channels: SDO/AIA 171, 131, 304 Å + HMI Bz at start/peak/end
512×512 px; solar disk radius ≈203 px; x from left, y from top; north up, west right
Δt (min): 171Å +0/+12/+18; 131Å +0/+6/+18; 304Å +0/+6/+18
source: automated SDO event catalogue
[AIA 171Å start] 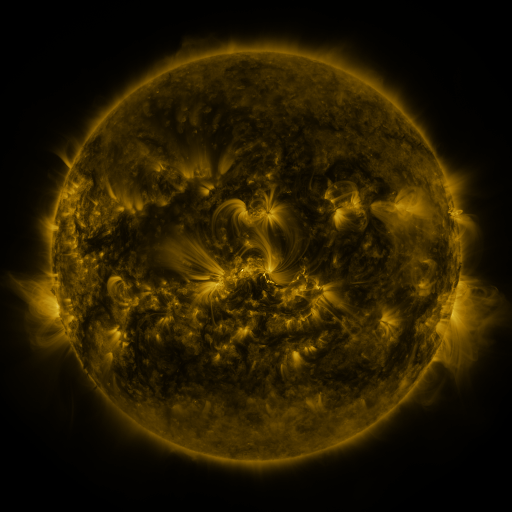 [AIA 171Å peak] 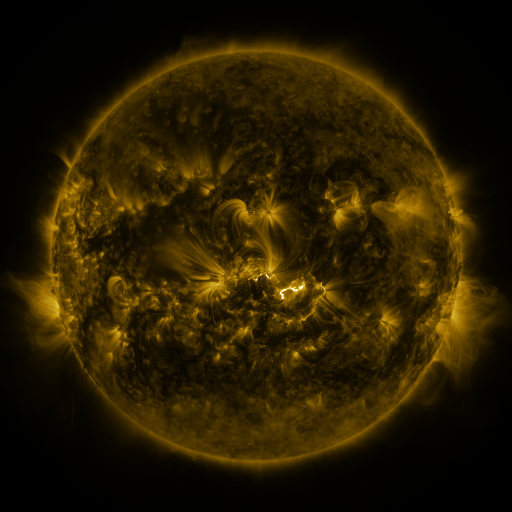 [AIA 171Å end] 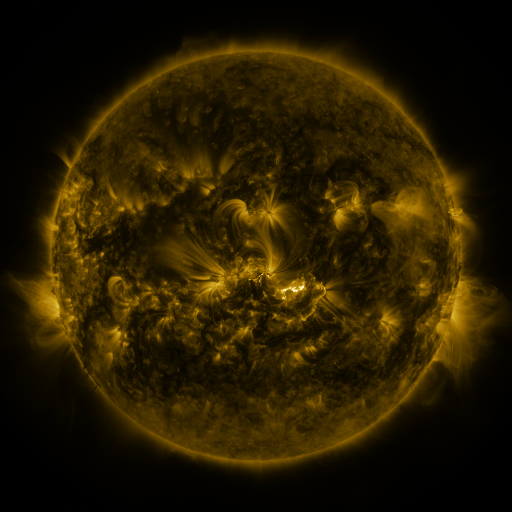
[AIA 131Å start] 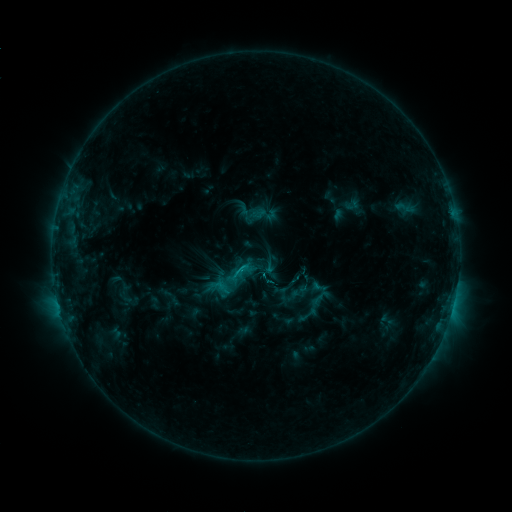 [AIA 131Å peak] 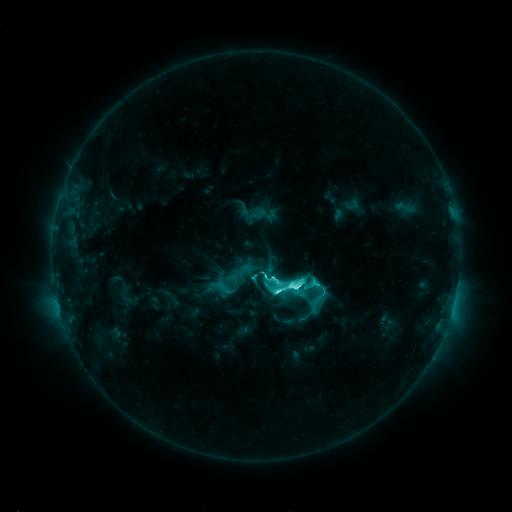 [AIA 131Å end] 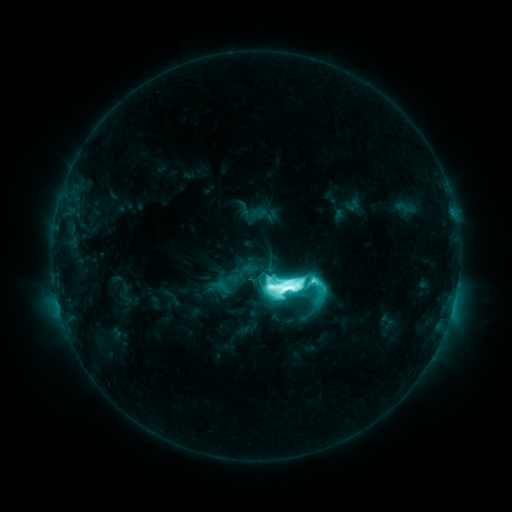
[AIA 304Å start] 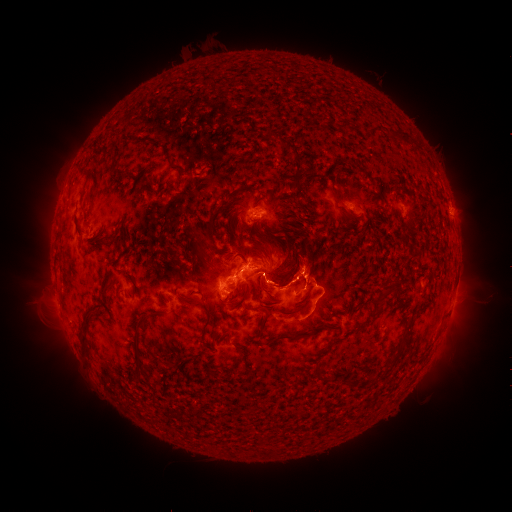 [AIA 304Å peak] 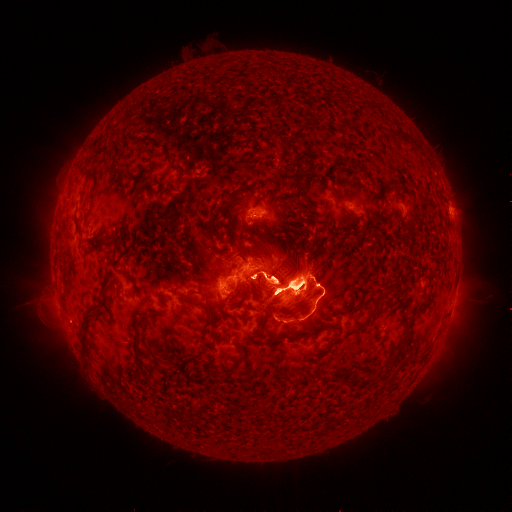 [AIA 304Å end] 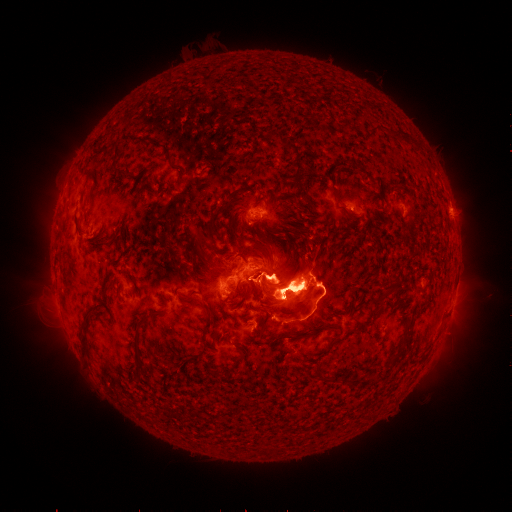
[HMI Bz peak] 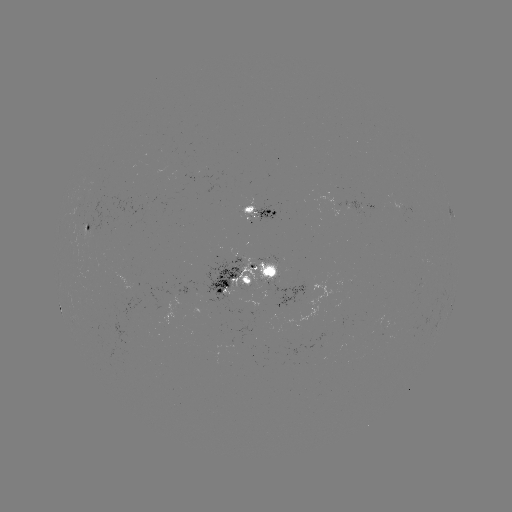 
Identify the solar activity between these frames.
eruption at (50, 321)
